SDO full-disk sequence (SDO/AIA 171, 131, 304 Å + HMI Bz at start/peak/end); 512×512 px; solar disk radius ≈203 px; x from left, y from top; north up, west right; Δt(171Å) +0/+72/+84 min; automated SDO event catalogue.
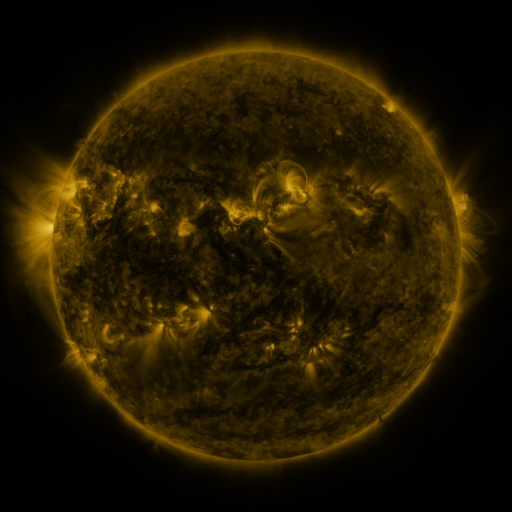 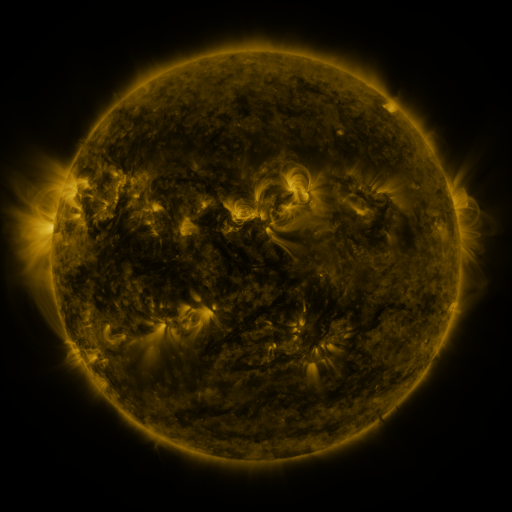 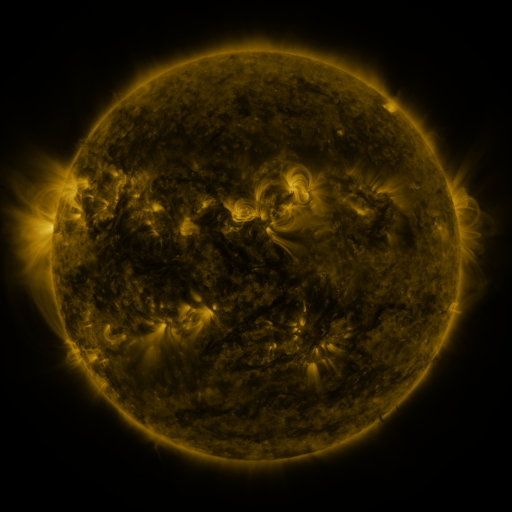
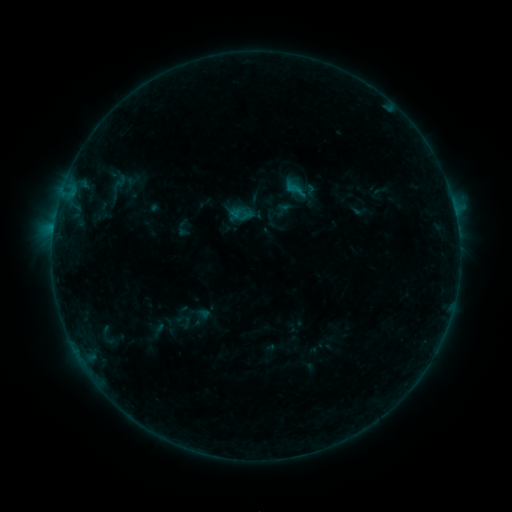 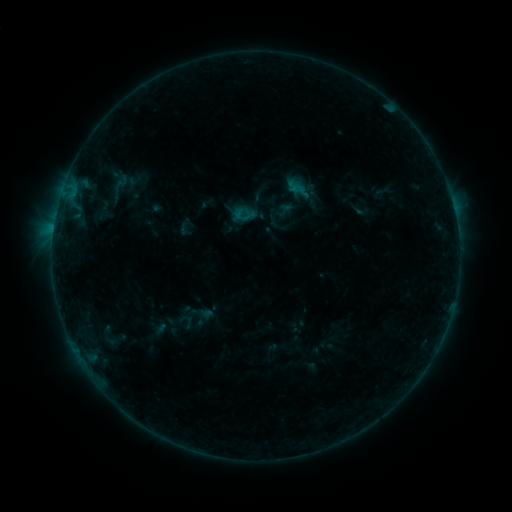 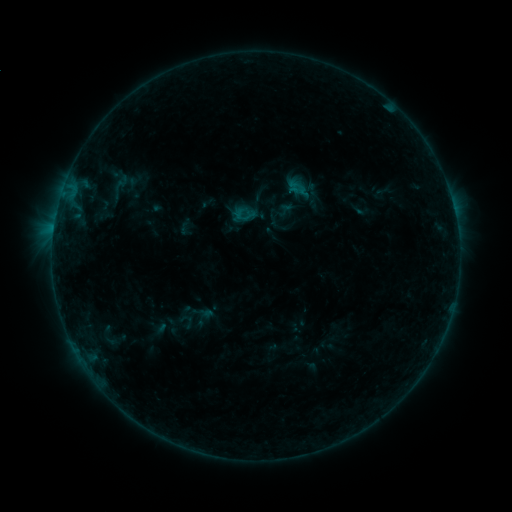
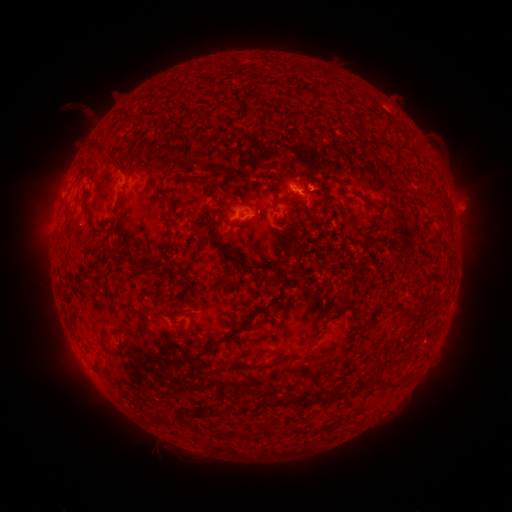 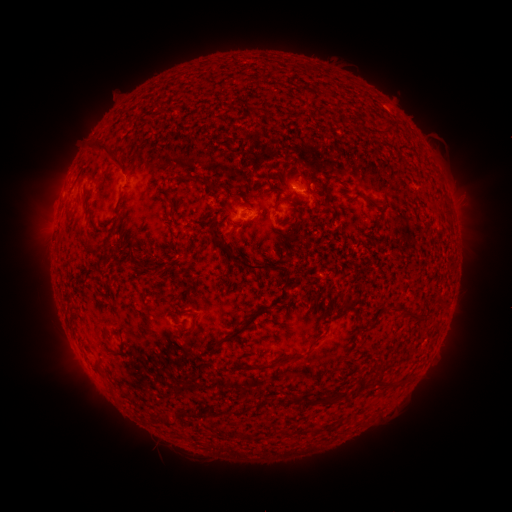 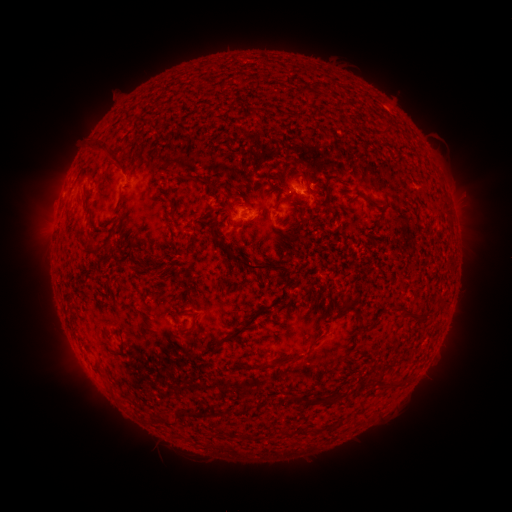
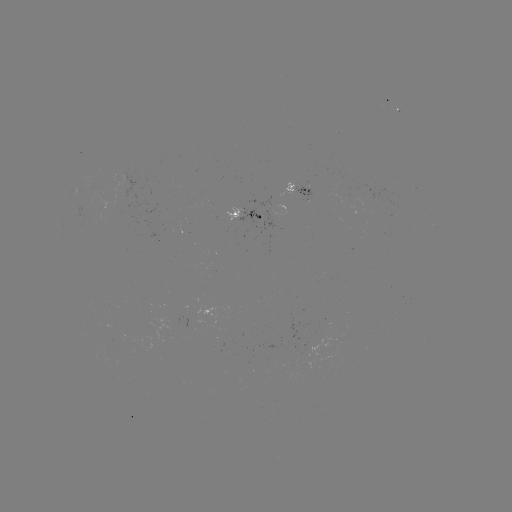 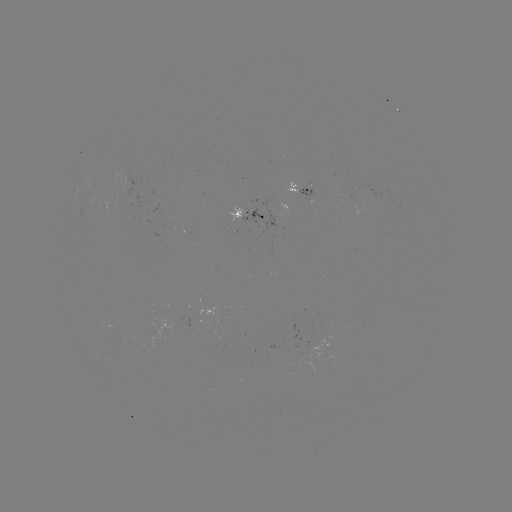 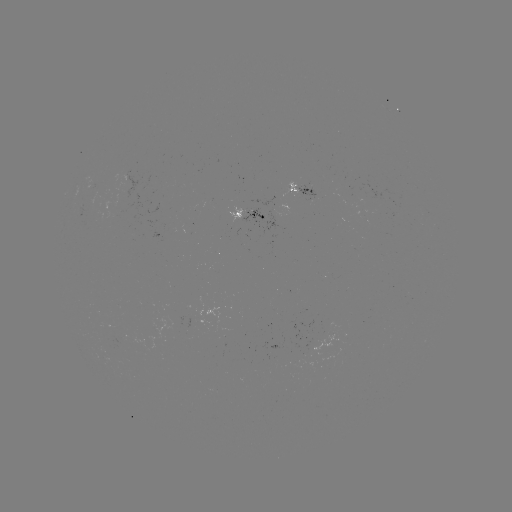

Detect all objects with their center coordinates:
emerging-flux region: (272, 217)
